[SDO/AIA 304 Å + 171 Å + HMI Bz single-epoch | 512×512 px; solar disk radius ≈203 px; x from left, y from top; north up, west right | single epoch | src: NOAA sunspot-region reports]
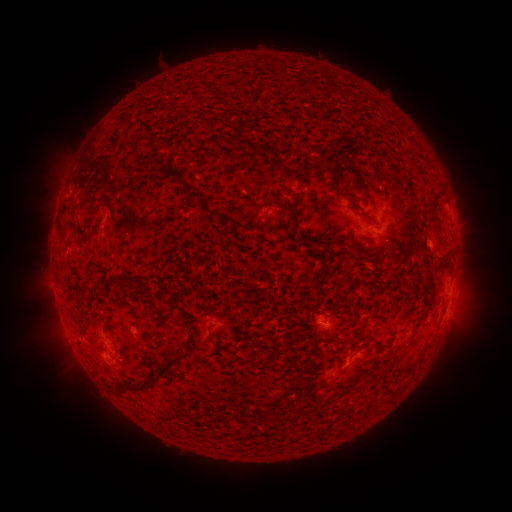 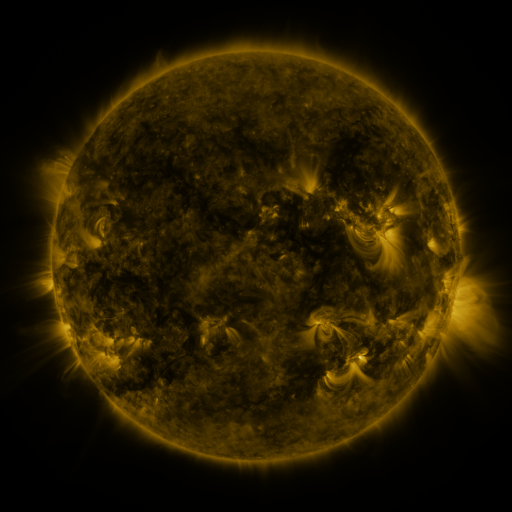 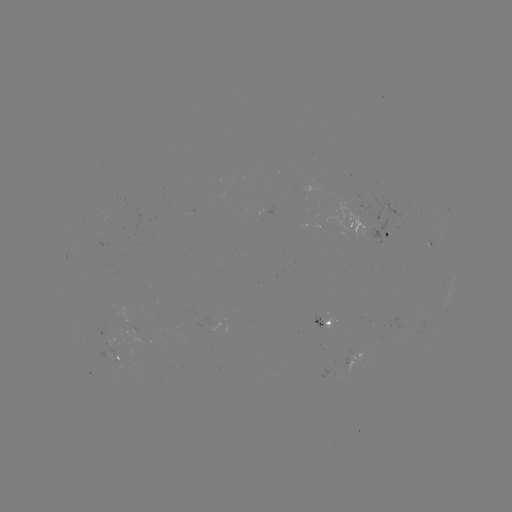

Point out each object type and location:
spotted active region: (449, 207)
spotted active region: (384, 234)
spotted active region: (432, 242)
spotted active region: (327, 322)
spotted active region: (115, 339)
spotted active region: (115, 357)
spotted active region: (356, 358)
